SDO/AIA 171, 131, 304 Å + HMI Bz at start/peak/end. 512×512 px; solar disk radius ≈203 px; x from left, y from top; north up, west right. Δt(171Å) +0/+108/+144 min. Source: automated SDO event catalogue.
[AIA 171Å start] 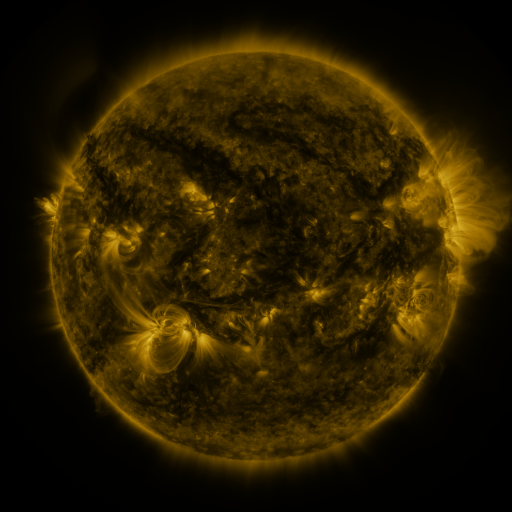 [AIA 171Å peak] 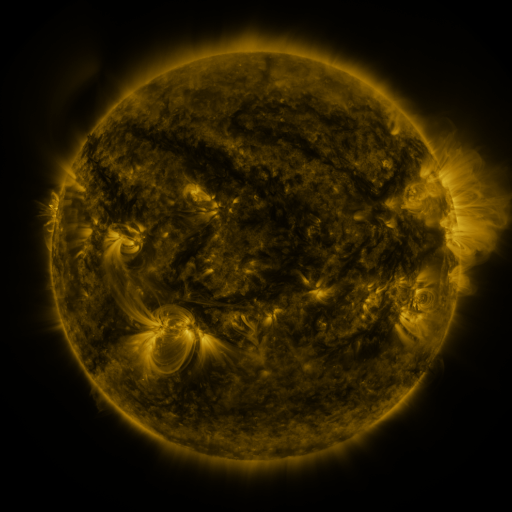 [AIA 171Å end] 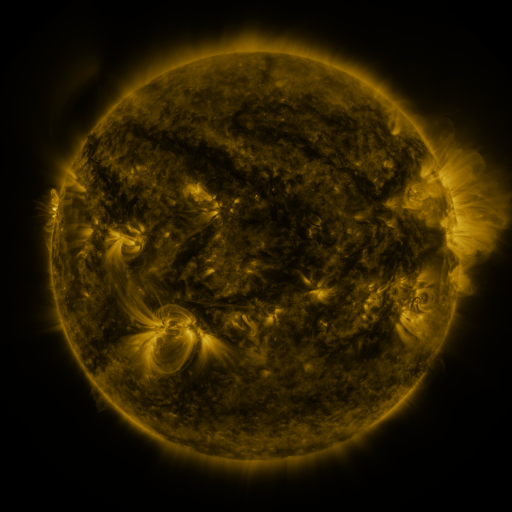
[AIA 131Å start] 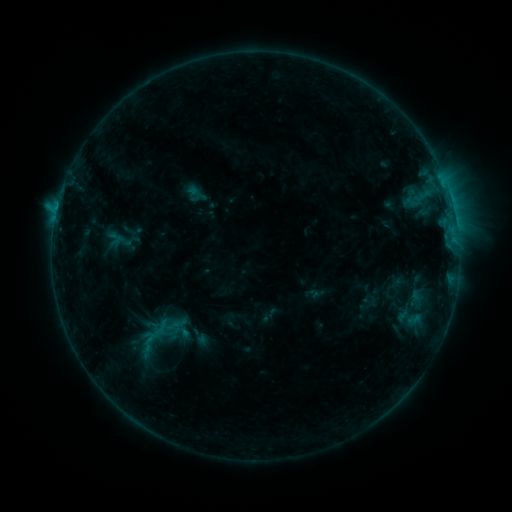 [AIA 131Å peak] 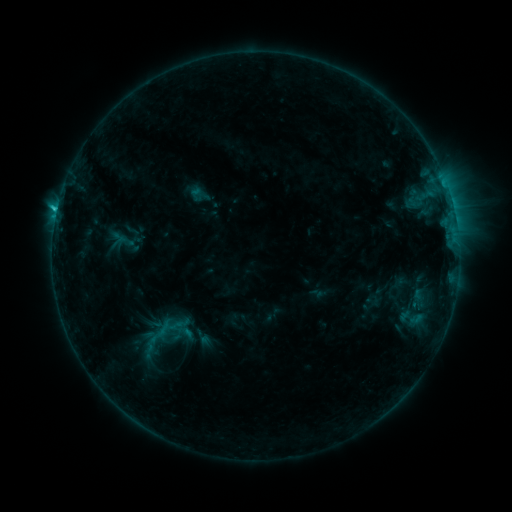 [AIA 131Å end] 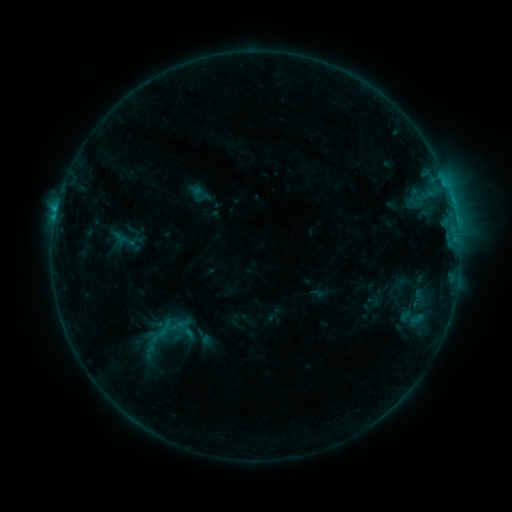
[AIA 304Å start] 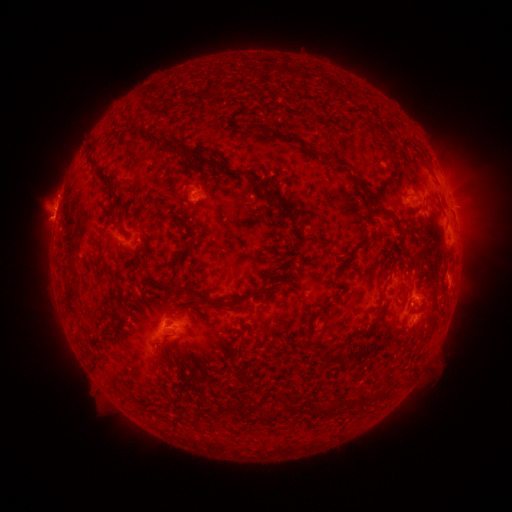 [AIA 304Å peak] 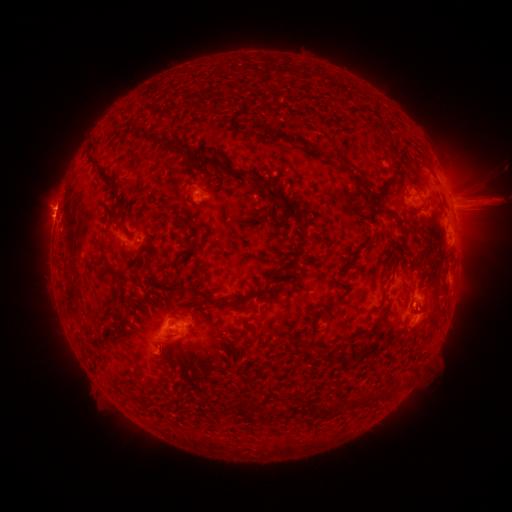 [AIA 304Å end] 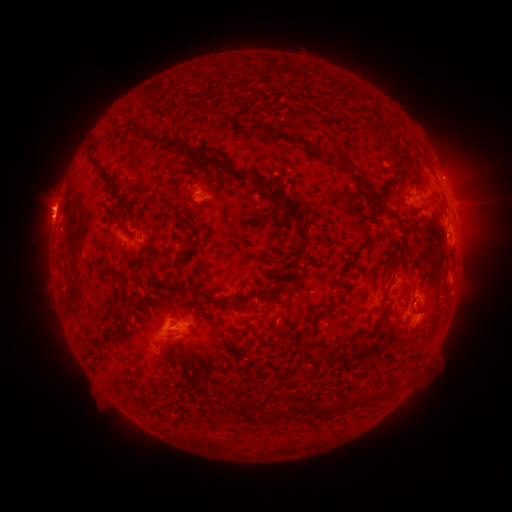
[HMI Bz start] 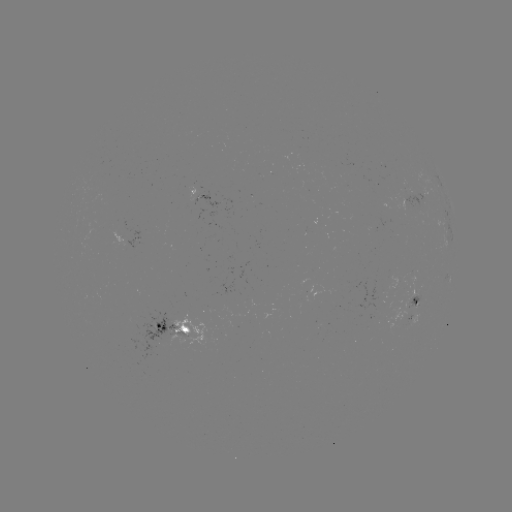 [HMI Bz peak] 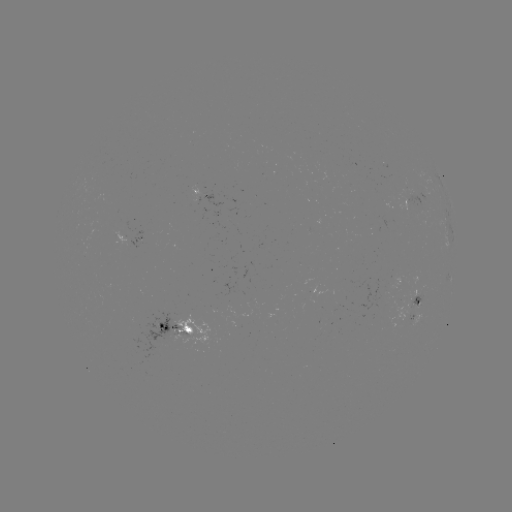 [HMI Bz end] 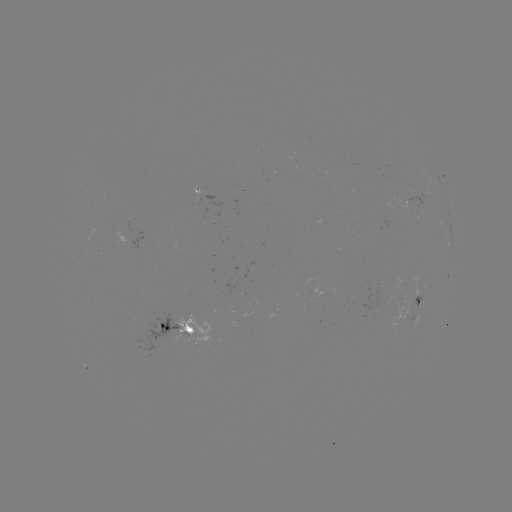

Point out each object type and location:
emerging-flux region: (405, 185)
